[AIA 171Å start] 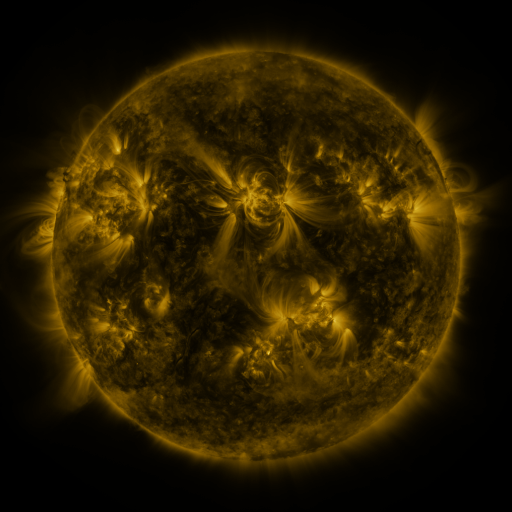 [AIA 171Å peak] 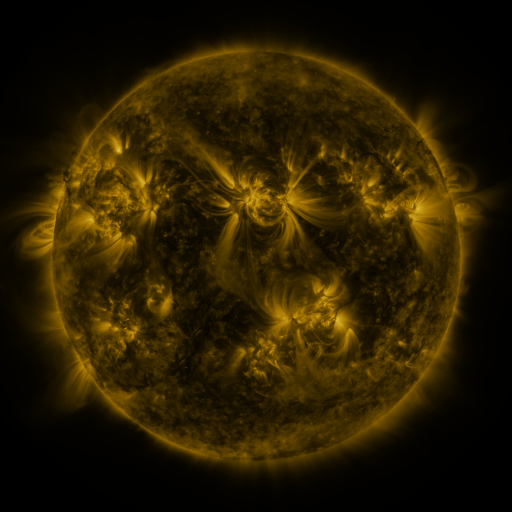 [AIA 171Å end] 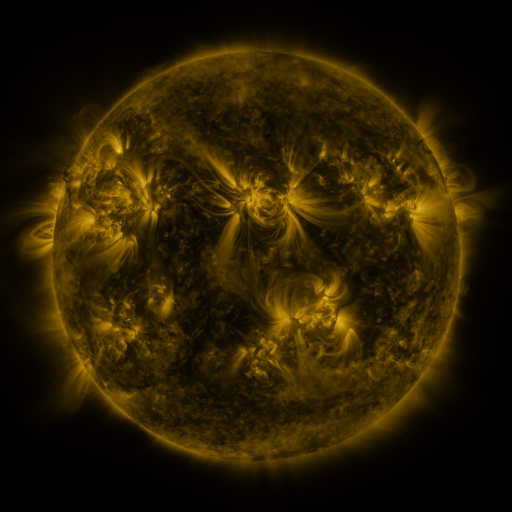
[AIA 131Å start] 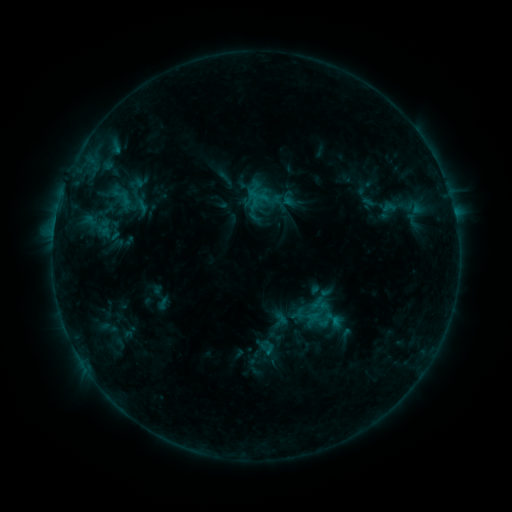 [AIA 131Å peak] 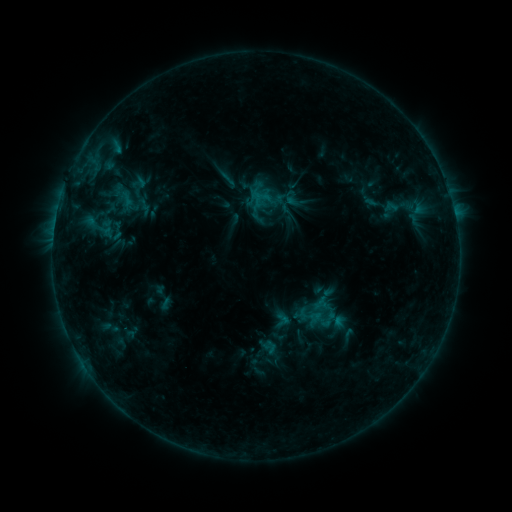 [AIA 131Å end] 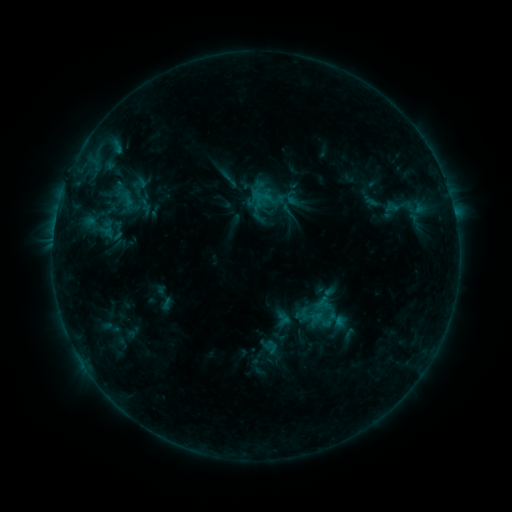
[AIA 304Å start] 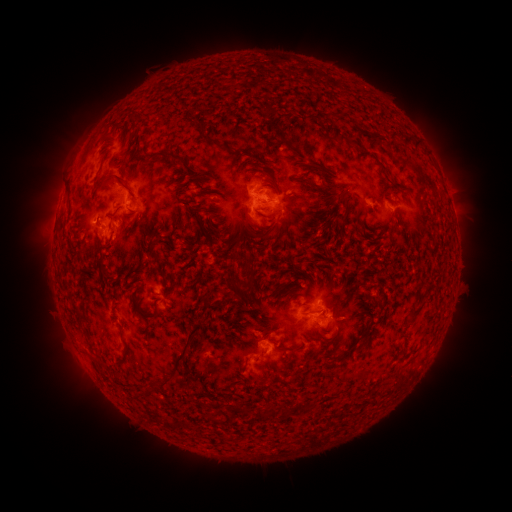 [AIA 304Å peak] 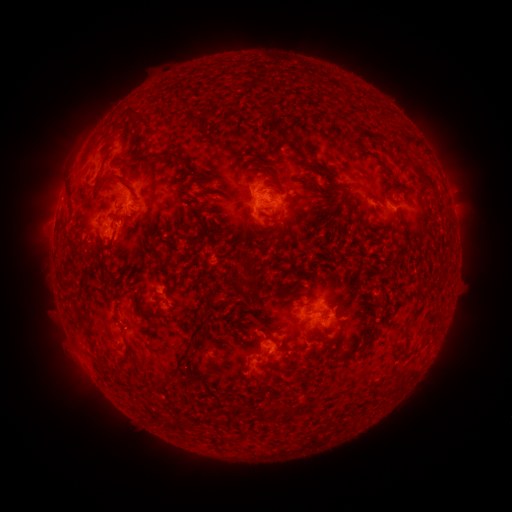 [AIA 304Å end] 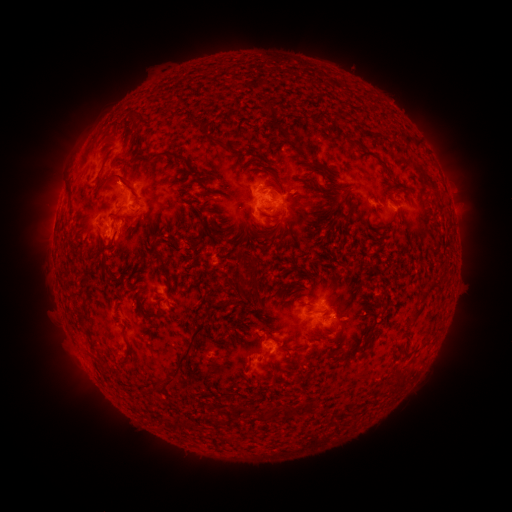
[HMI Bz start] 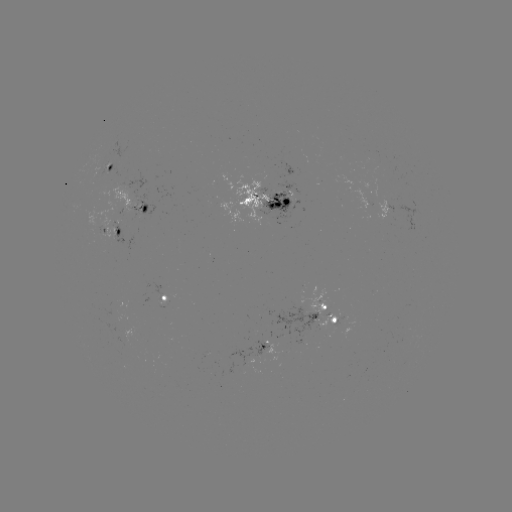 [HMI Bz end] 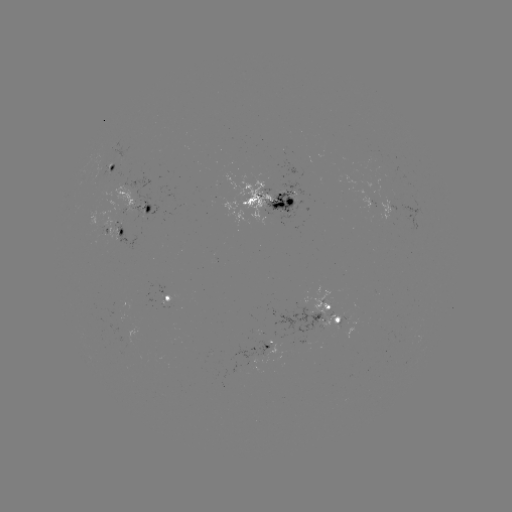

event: emerging-flux region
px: (119, 153)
